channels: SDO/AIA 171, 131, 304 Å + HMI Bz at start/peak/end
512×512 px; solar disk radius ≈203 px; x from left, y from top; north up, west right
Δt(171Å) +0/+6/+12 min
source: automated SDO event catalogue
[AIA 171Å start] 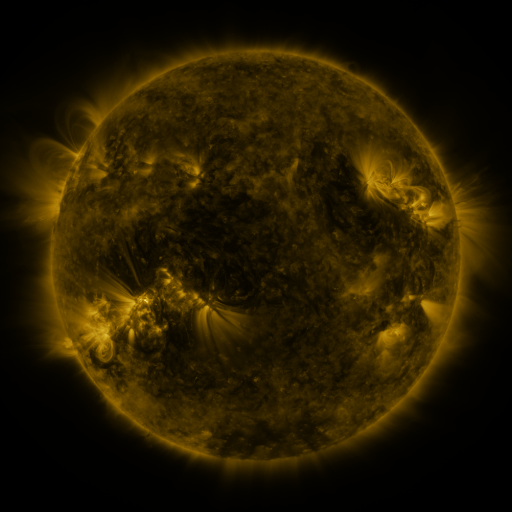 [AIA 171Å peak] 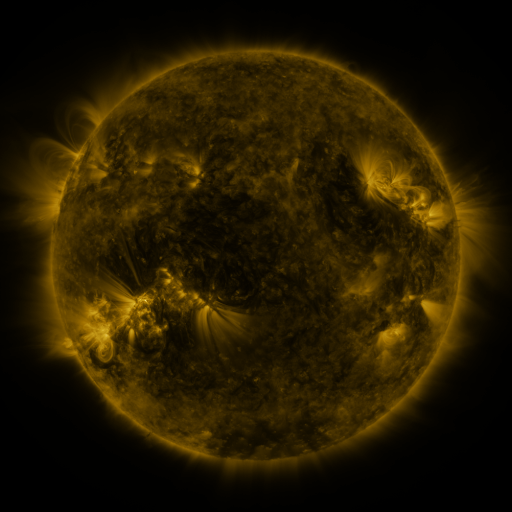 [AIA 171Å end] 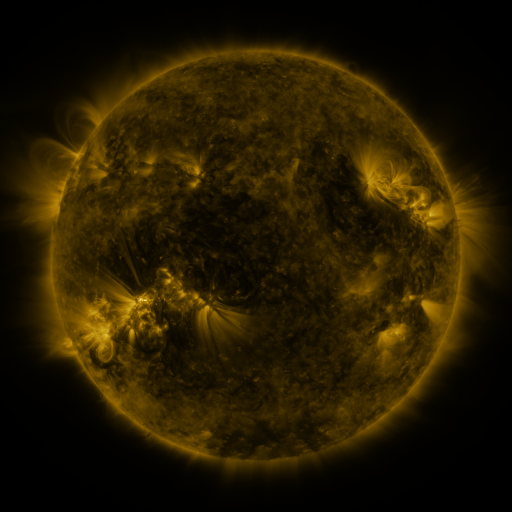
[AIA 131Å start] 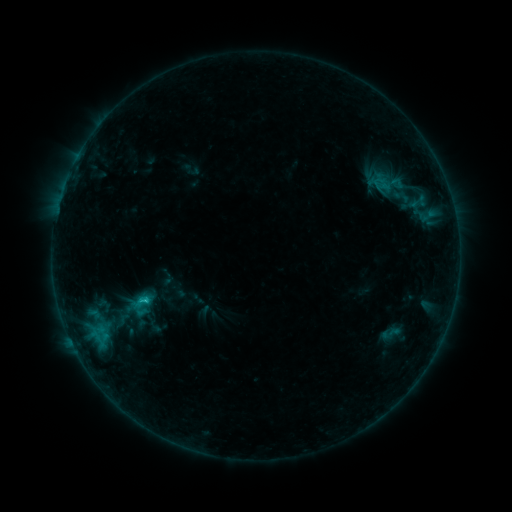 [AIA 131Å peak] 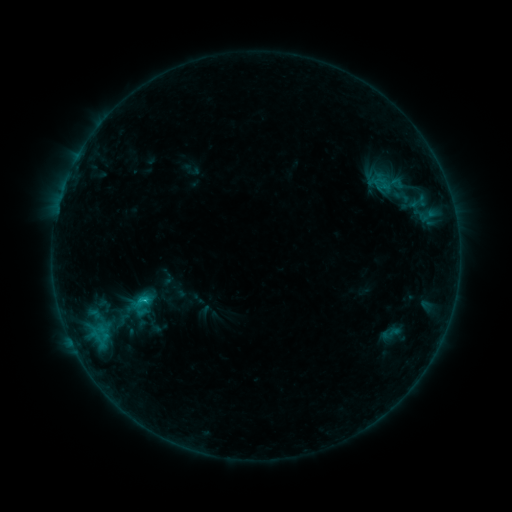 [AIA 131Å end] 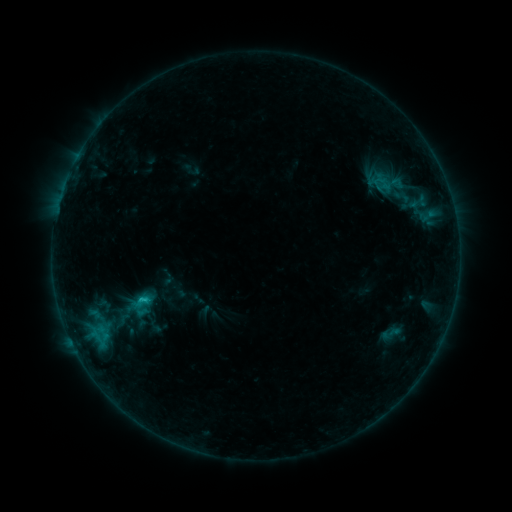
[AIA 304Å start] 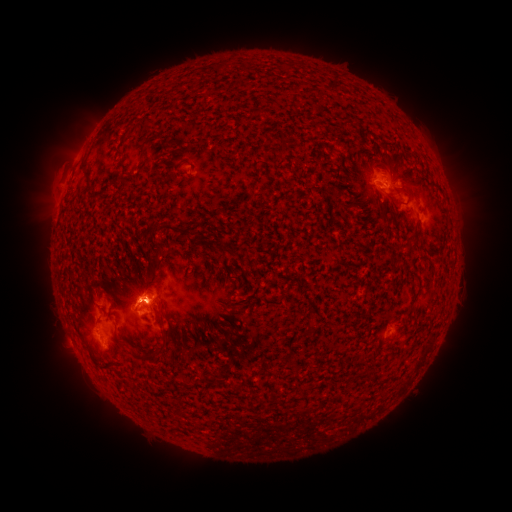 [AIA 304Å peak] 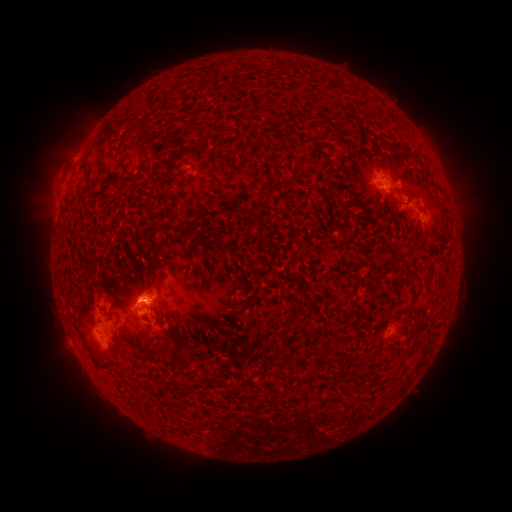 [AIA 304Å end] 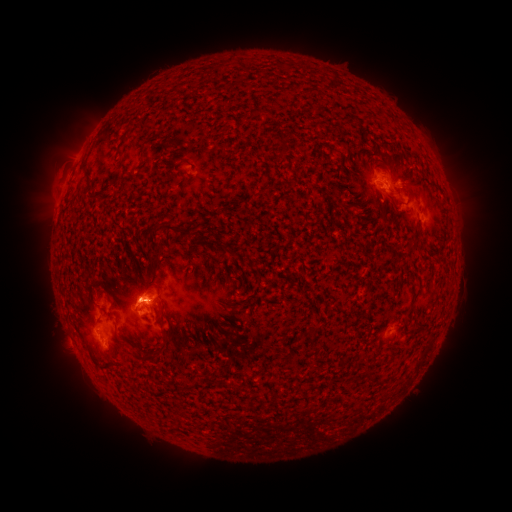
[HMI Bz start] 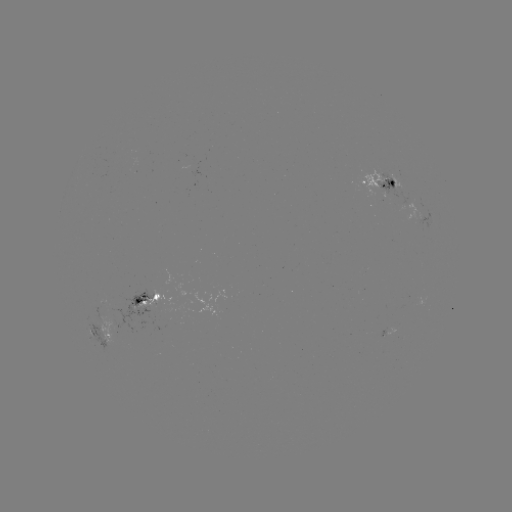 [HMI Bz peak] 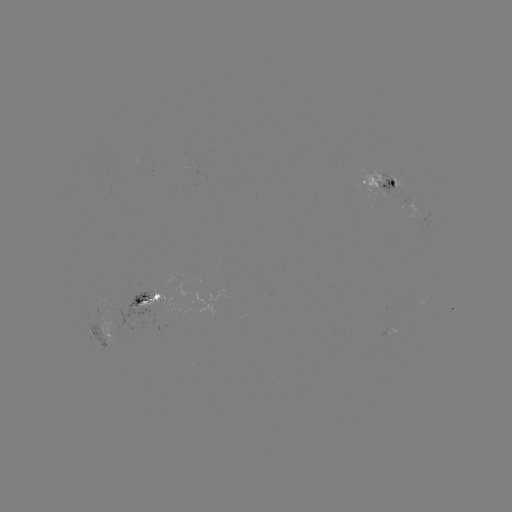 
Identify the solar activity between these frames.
C1.3 flare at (145, 294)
